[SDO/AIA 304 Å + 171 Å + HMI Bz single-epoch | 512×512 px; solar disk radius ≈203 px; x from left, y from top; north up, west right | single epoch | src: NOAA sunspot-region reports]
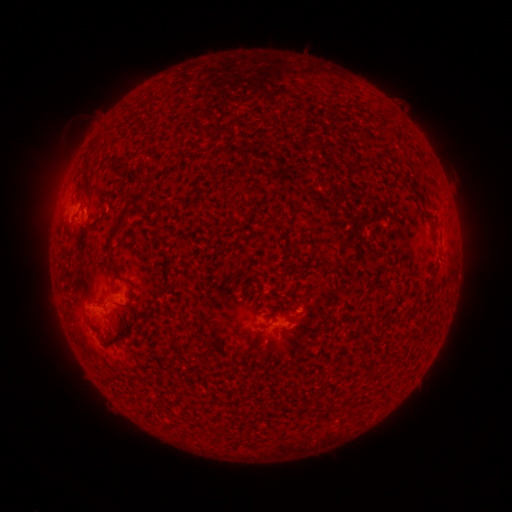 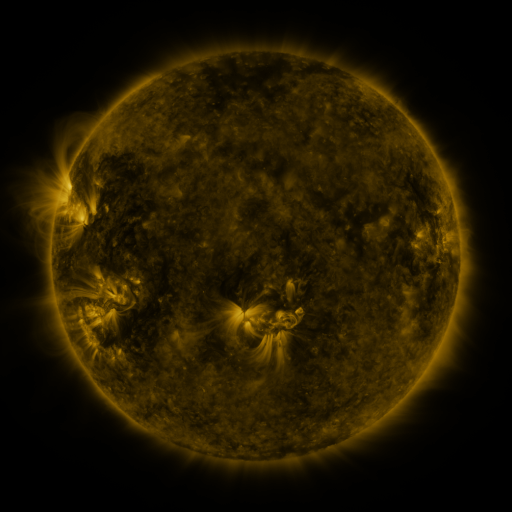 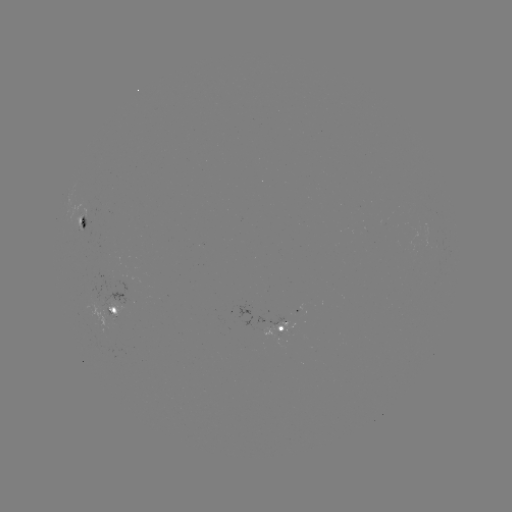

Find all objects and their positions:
spotted active region: (83, 225)
spotted active region: (112, 311)
spotted active region: (286, 331)
